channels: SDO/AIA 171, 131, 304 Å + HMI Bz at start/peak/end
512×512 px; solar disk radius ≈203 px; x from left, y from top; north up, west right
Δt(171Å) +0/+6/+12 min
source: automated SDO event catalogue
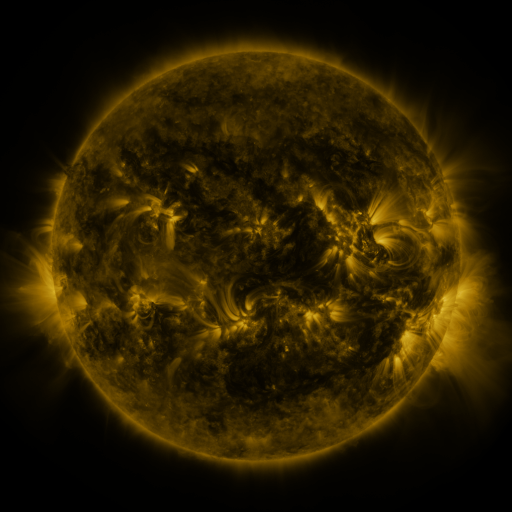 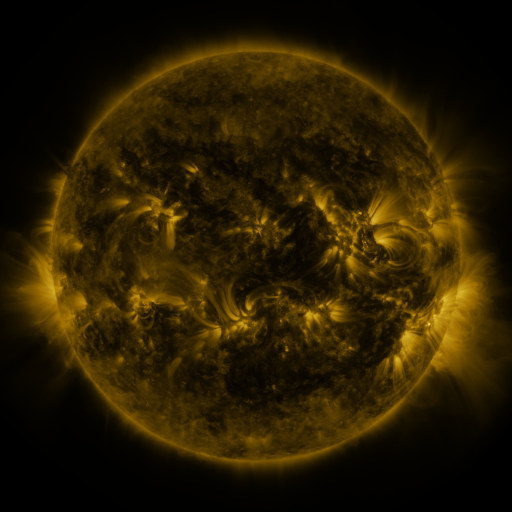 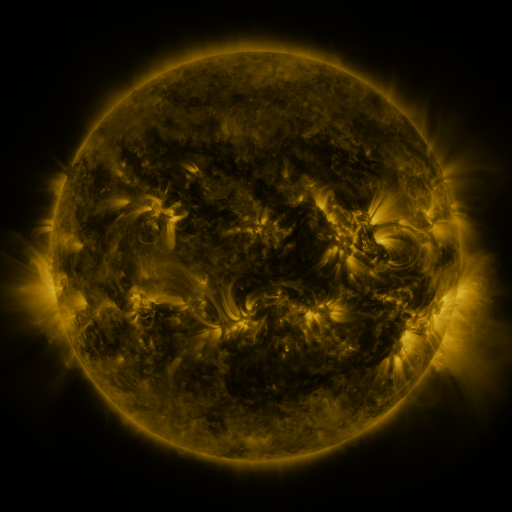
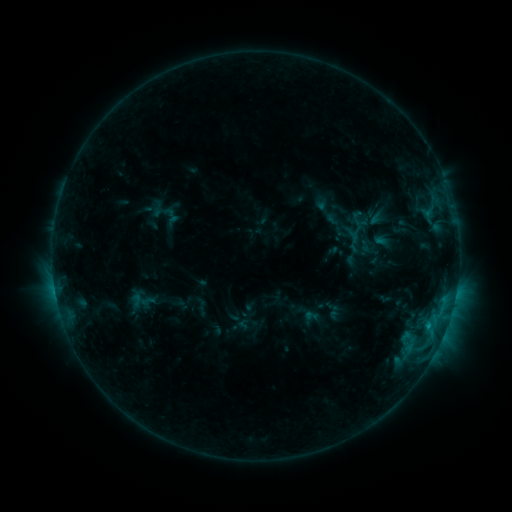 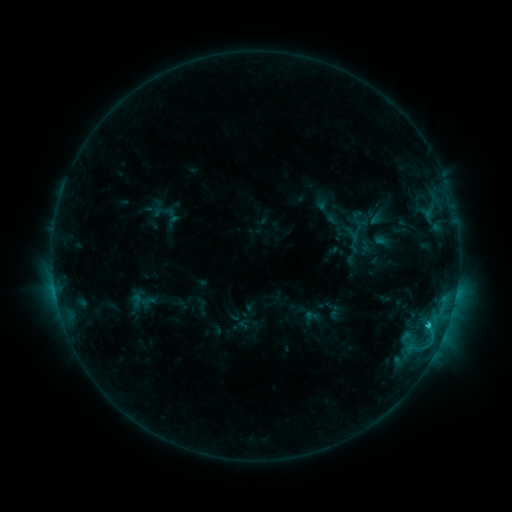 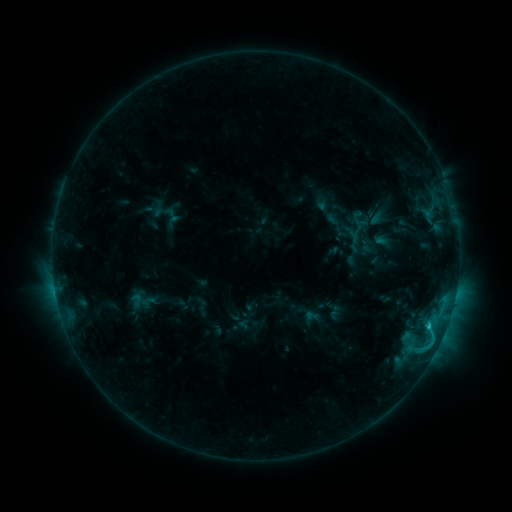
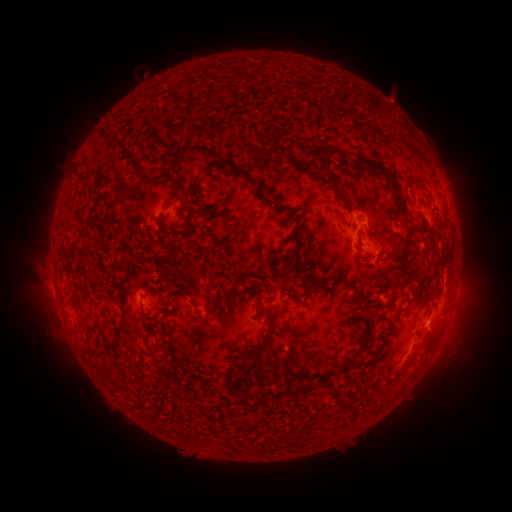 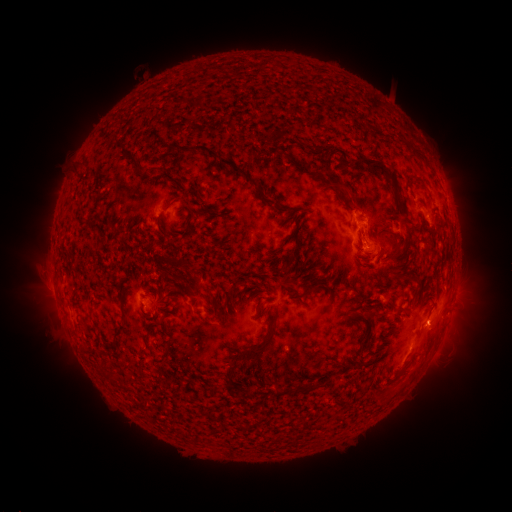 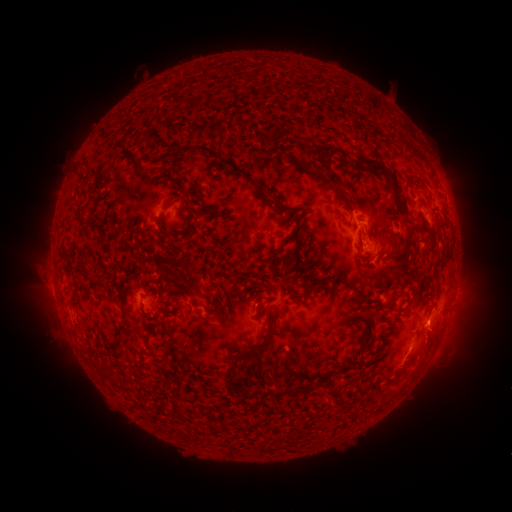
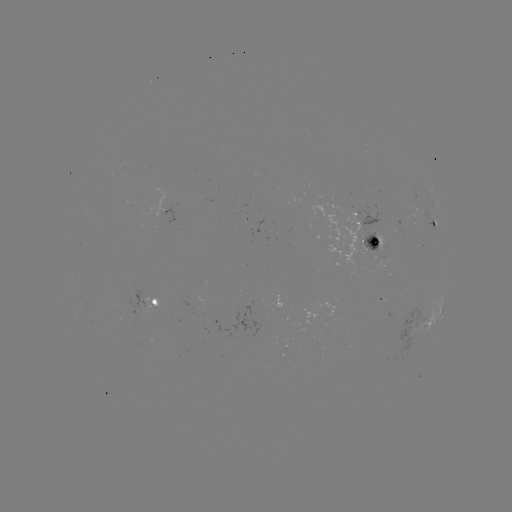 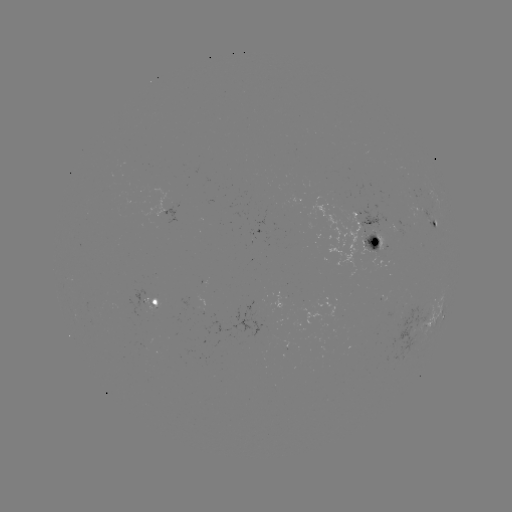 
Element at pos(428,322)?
C1.8 flare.